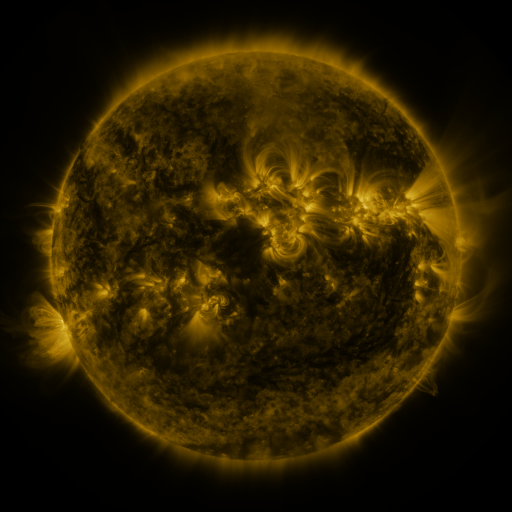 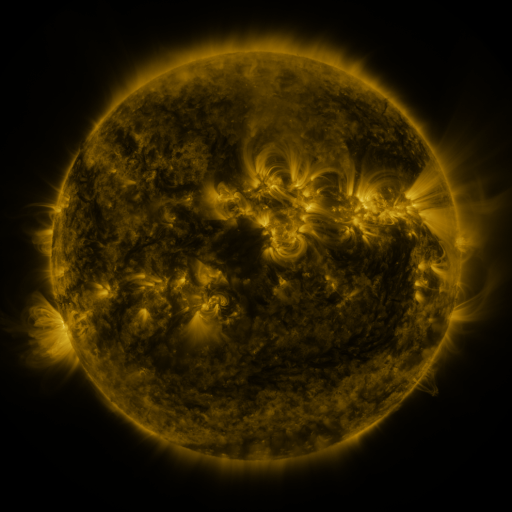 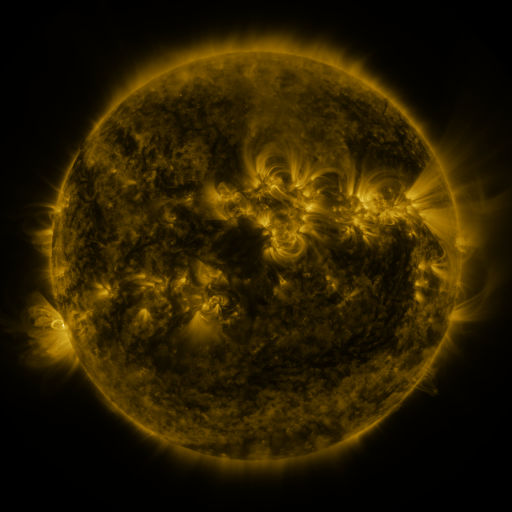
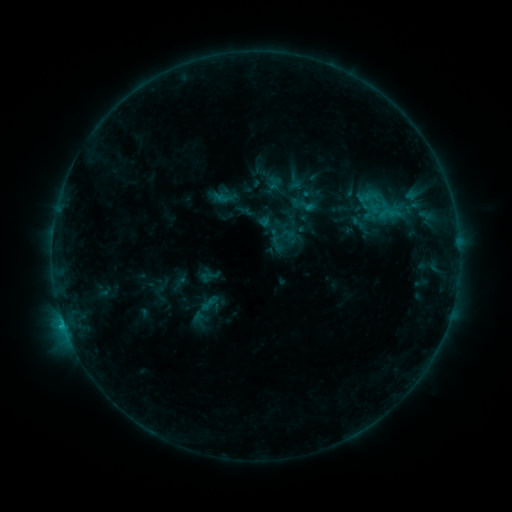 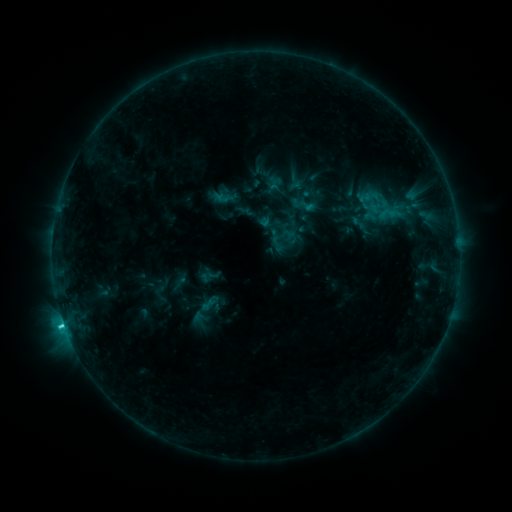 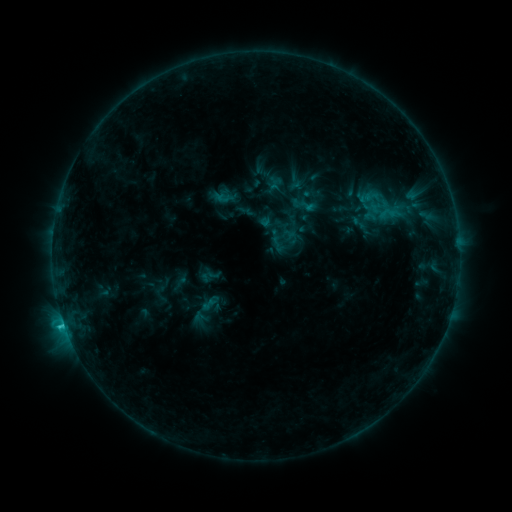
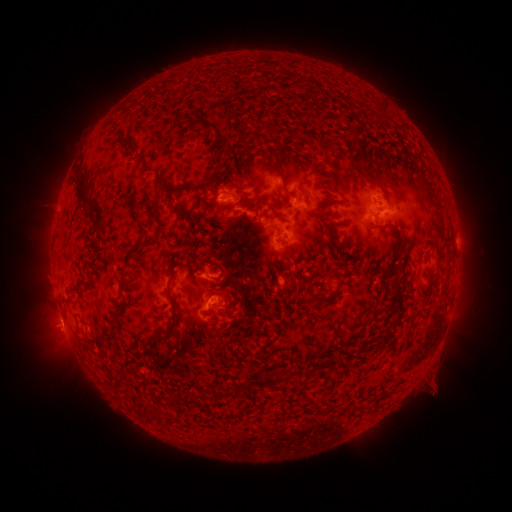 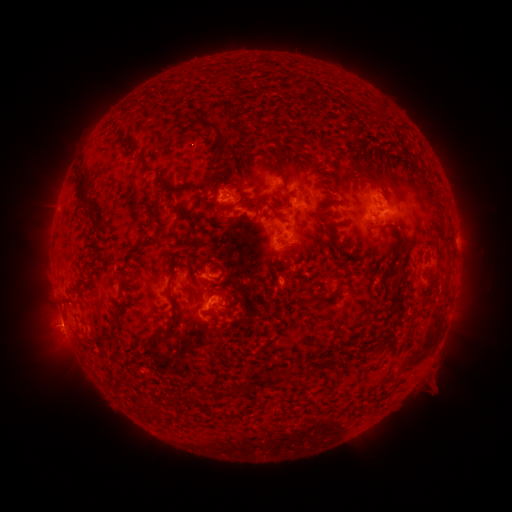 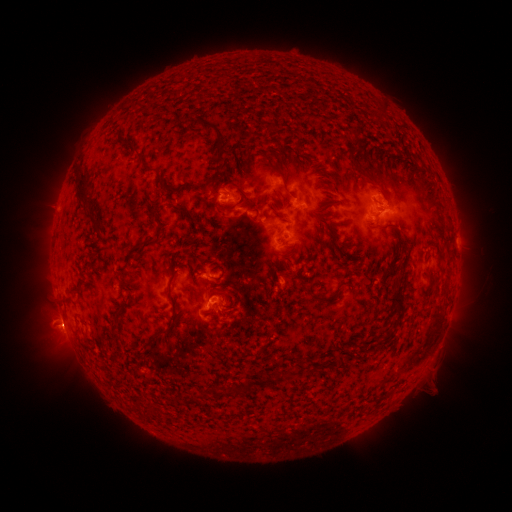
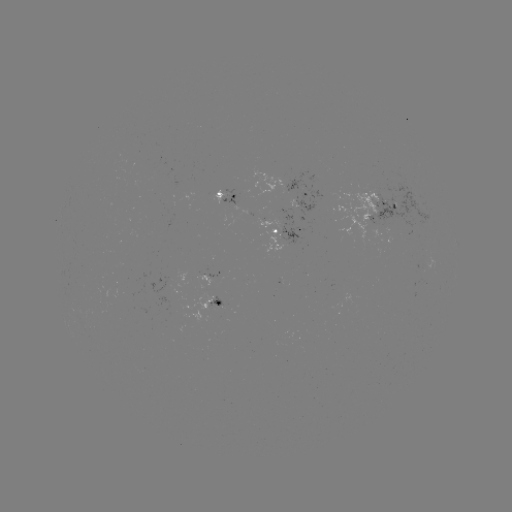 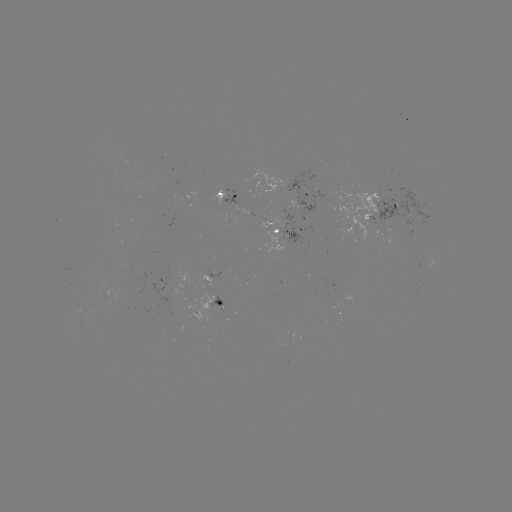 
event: flare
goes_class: C2.2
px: (66, 322)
